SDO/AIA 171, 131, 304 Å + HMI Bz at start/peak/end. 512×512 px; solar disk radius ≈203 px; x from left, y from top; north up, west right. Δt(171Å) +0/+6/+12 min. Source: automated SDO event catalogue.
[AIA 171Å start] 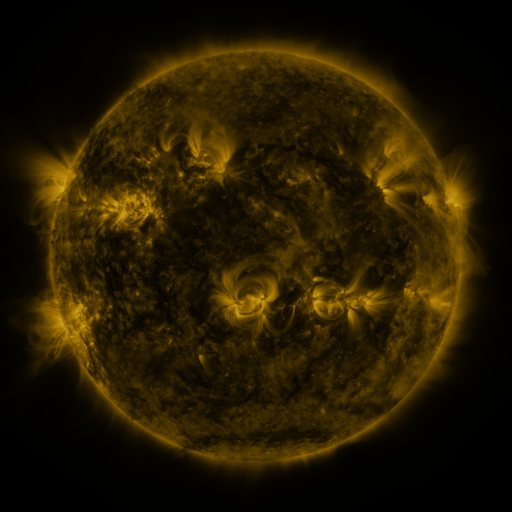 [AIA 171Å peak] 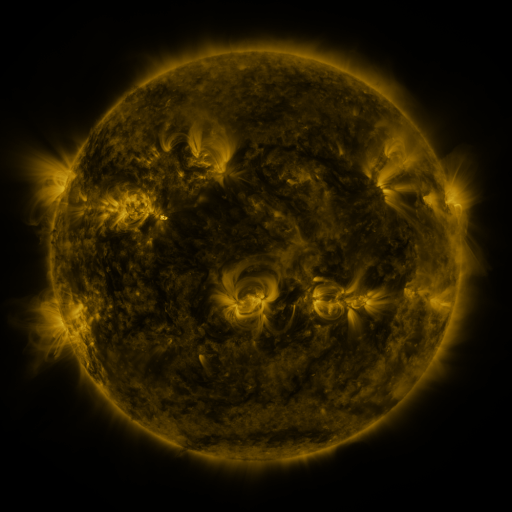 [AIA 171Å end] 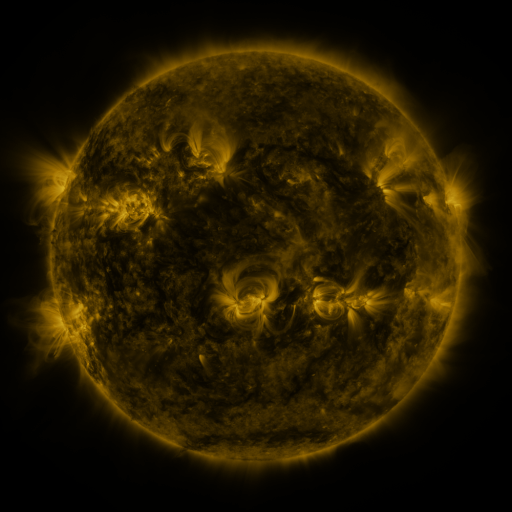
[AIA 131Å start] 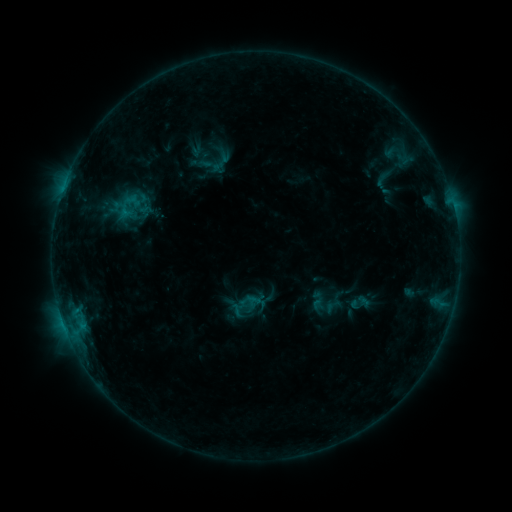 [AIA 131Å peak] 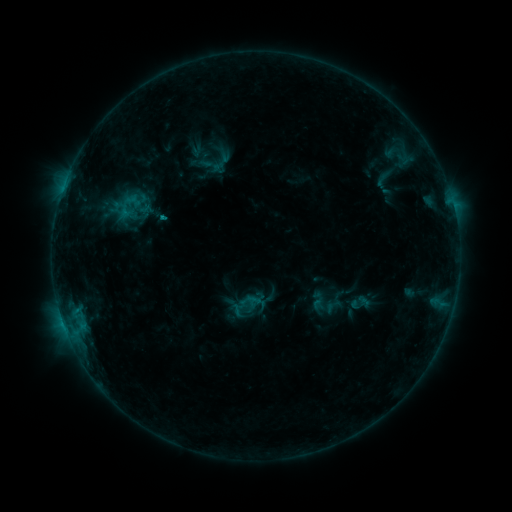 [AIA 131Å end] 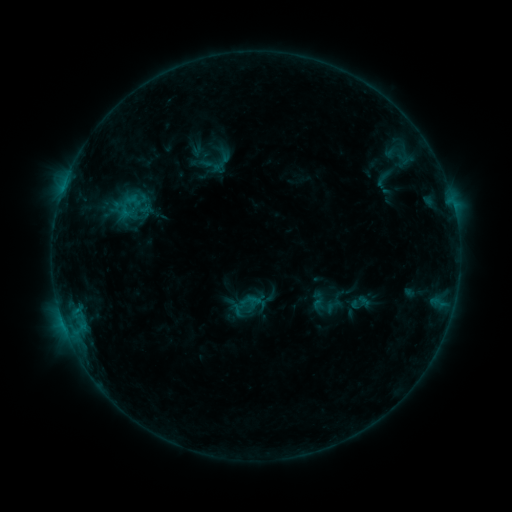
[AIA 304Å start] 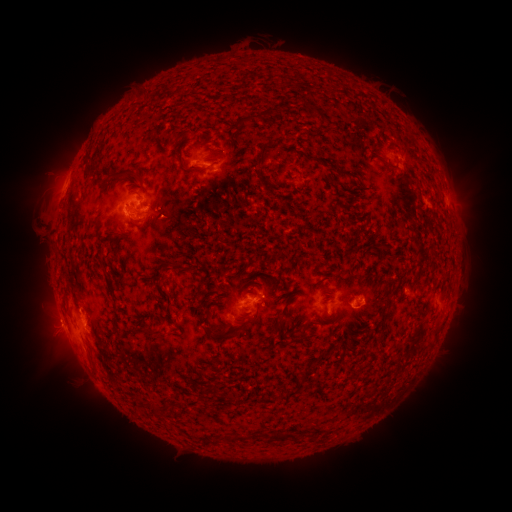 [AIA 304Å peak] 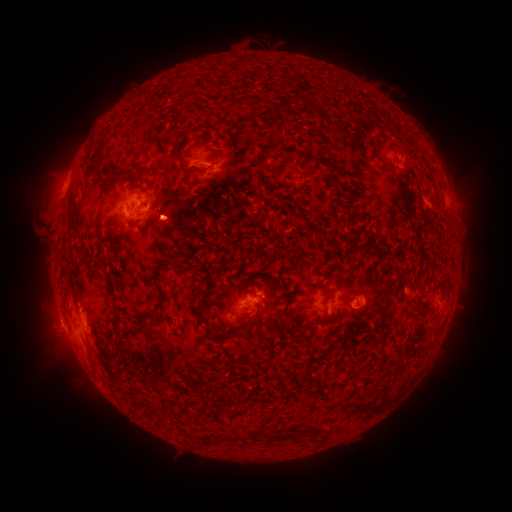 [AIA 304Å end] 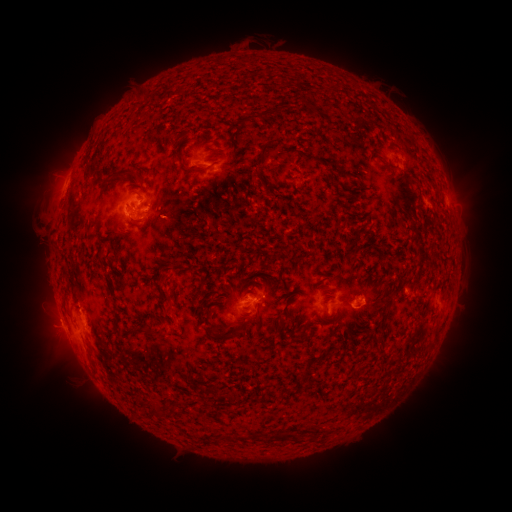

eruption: [146, 201, 200, 251]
